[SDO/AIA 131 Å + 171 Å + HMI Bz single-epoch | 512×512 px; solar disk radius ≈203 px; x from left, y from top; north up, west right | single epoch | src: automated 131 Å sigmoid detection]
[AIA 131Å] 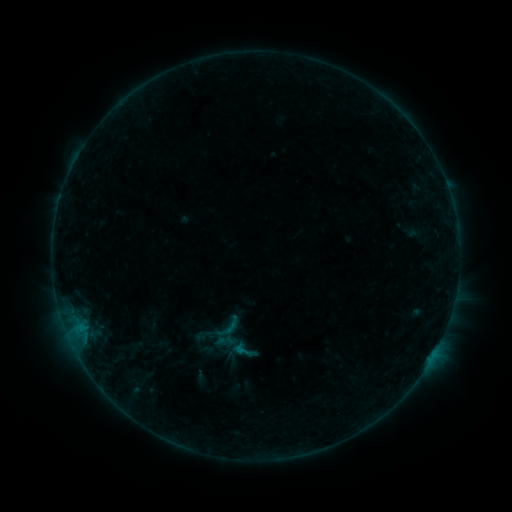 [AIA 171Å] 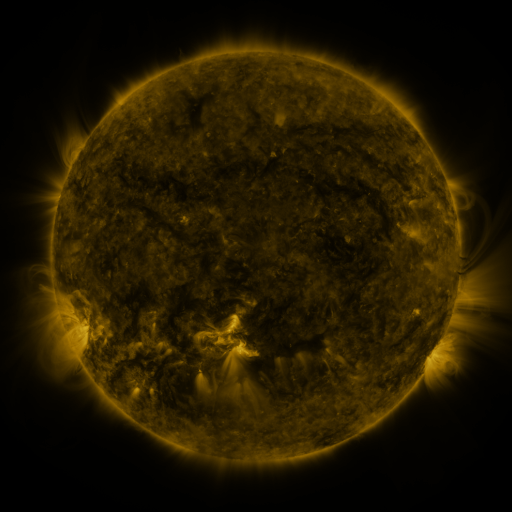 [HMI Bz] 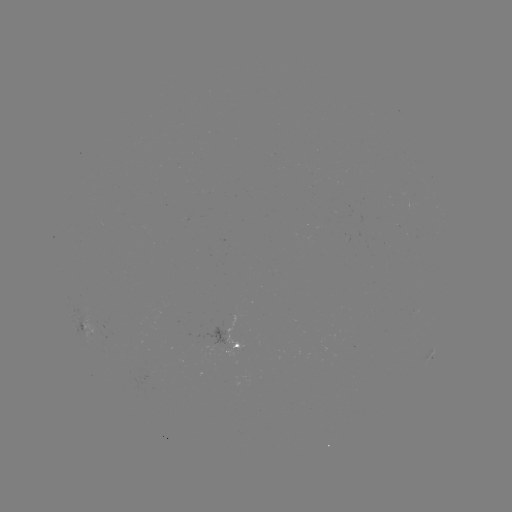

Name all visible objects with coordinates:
sigmoid: (228, 327)
